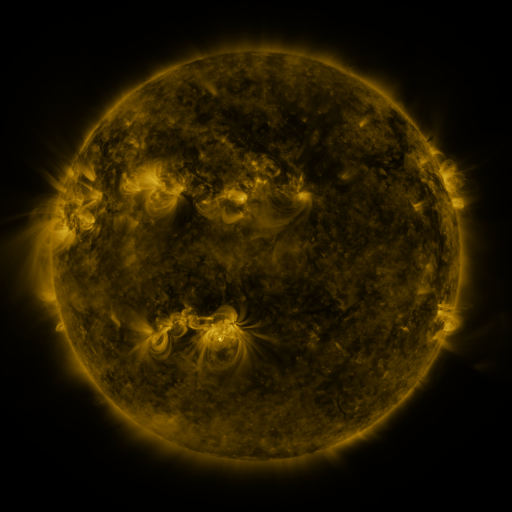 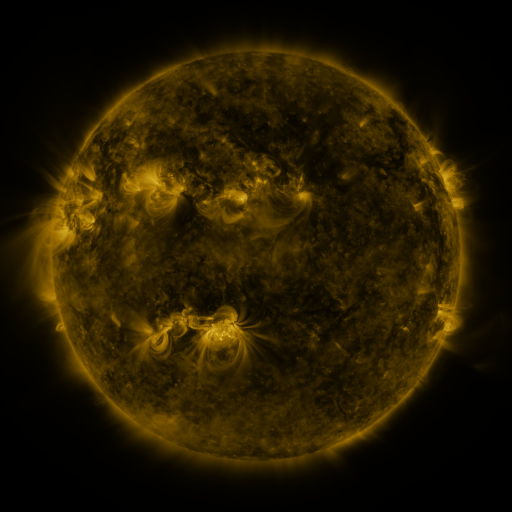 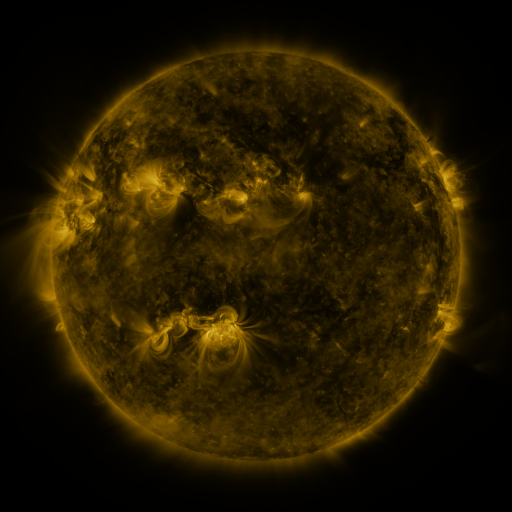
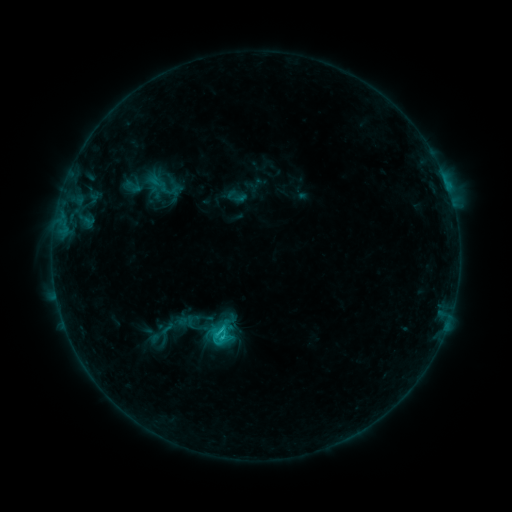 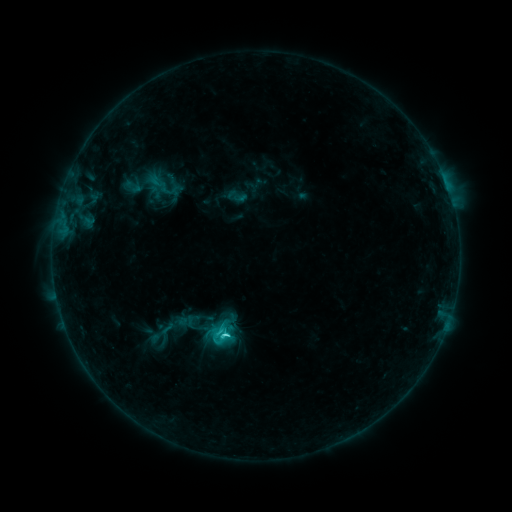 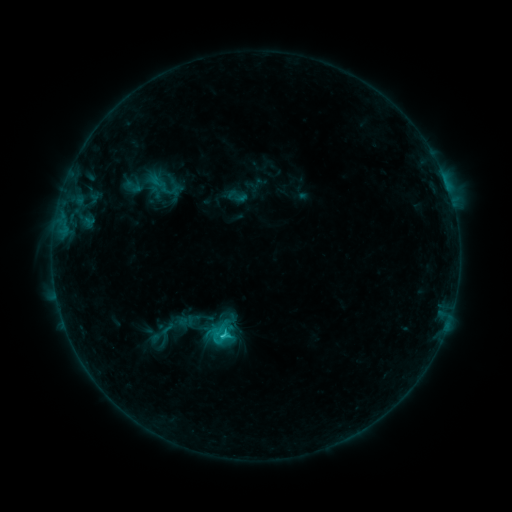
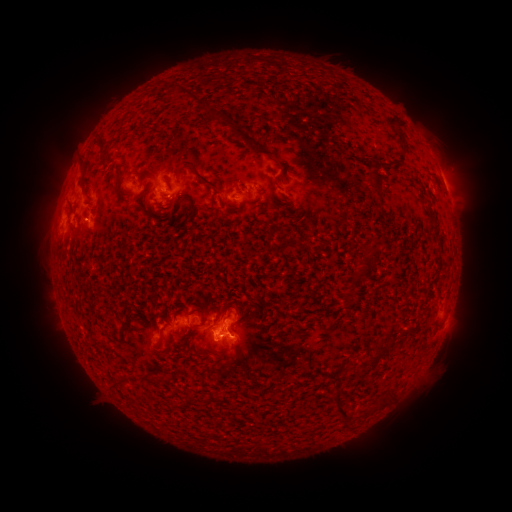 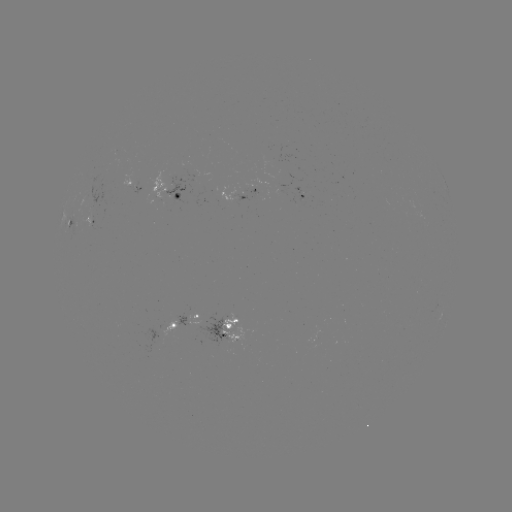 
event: flare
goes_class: C2.7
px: (222, 327)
